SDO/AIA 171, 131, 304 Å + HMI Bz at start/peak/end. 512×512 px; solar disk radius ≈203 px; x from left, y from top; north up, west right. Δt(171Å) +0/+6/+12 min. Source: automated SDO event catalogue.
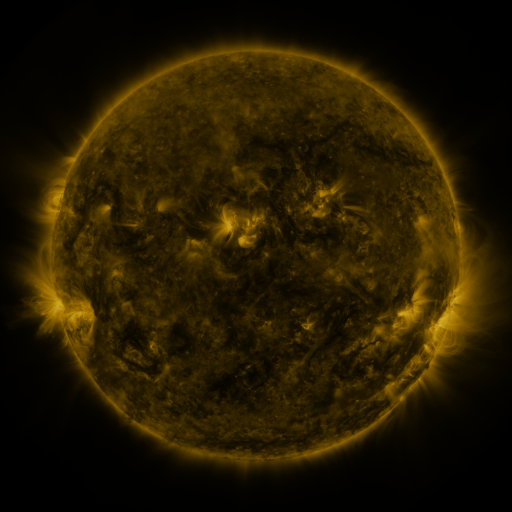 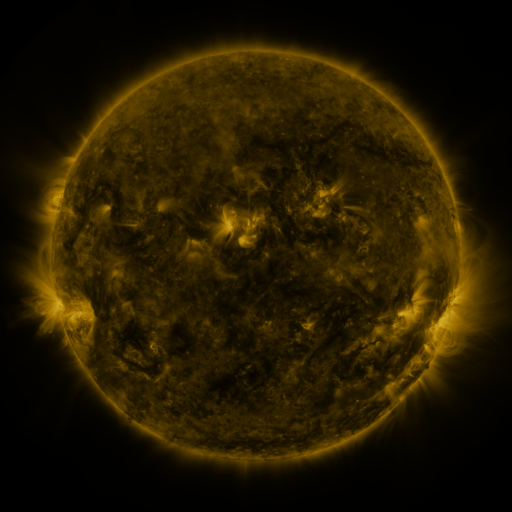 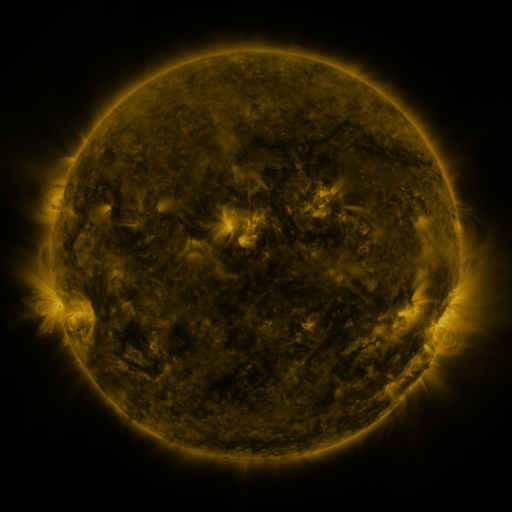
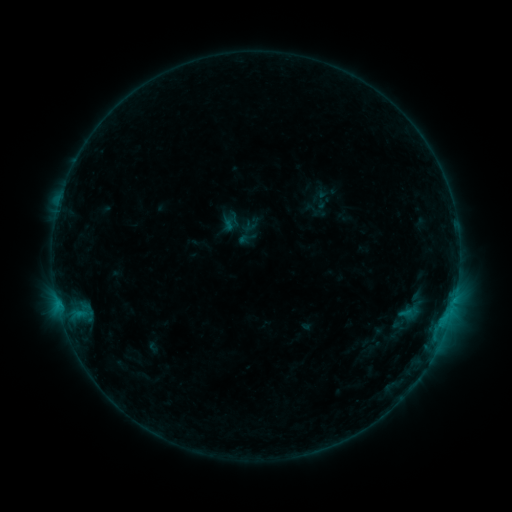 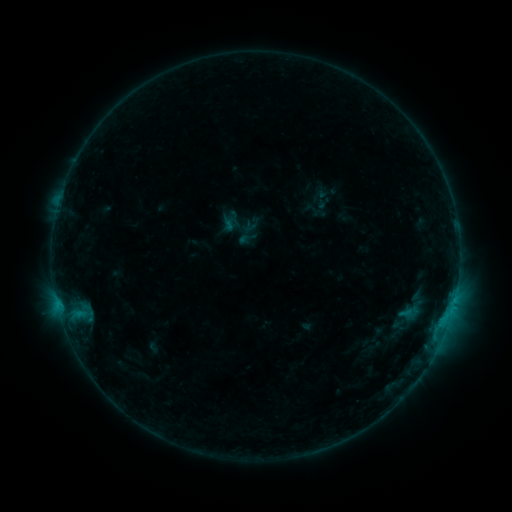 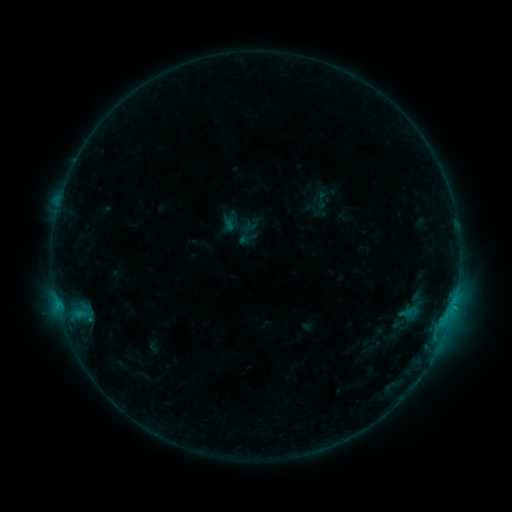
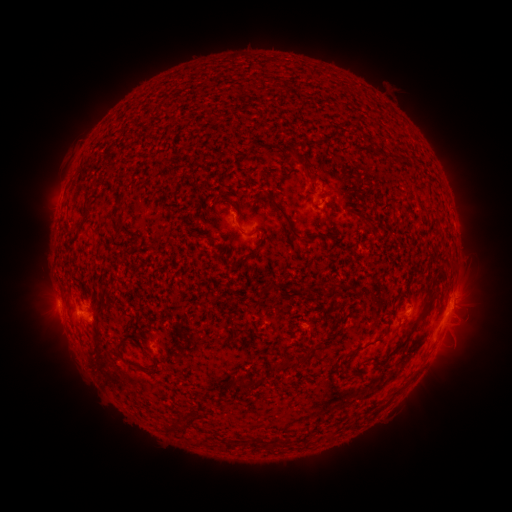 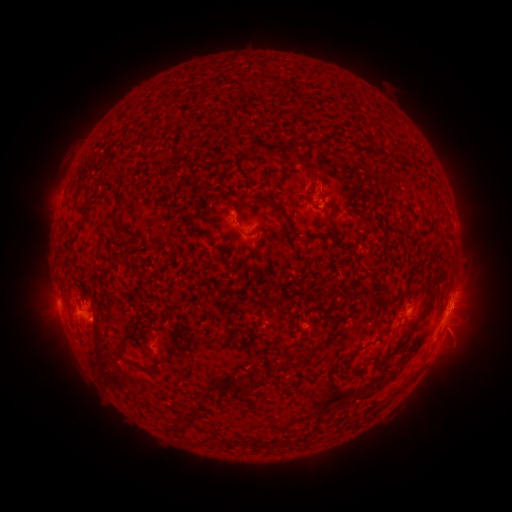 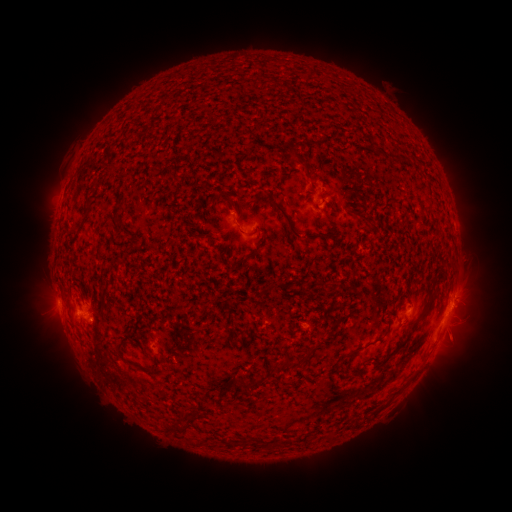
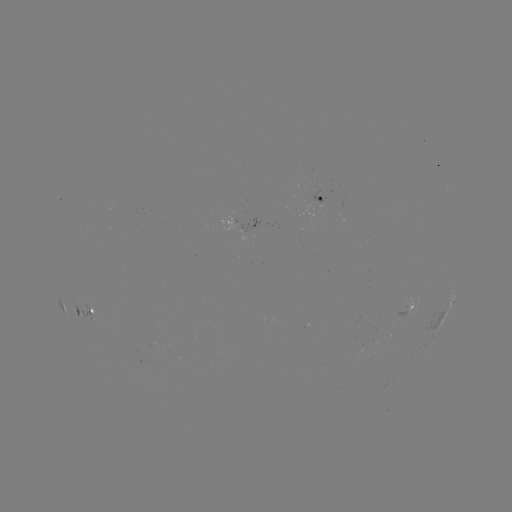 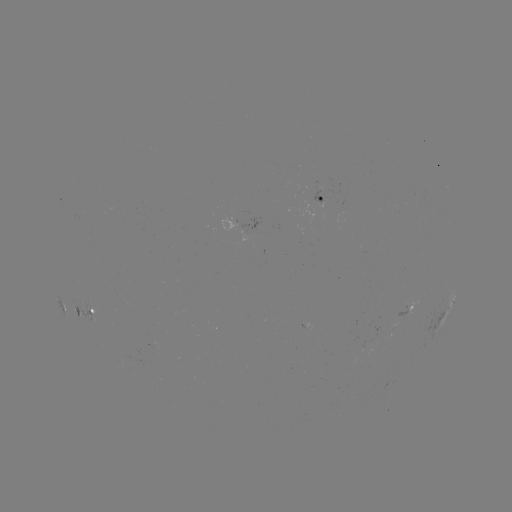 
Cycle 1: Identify eruption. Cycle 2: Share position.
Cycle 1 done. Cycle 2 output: [462, 338].